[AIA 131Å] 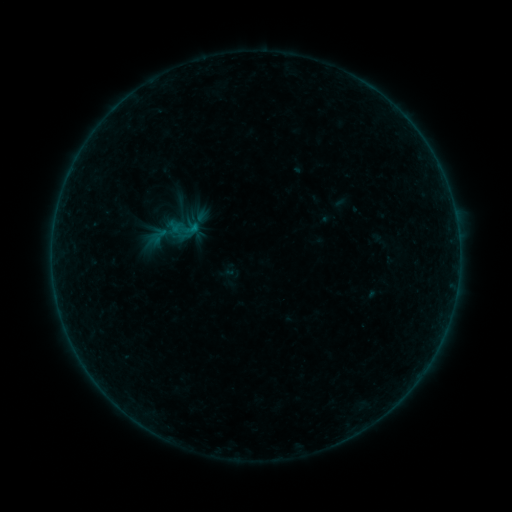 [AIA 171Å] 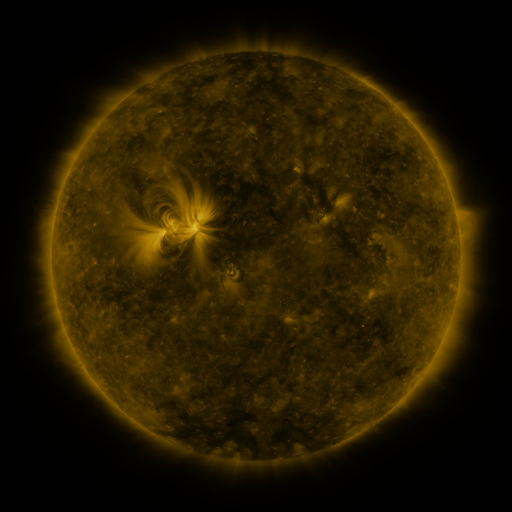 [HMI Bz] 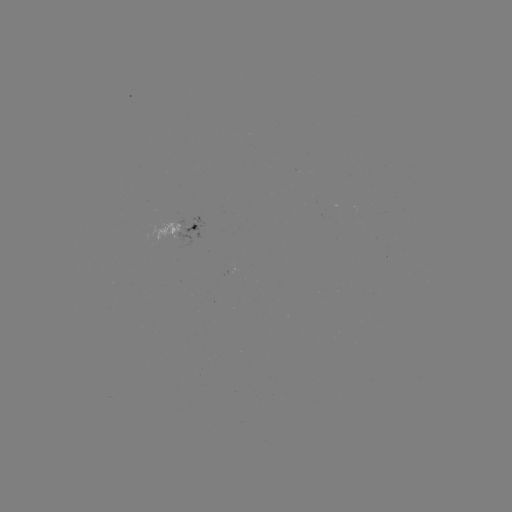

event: sigmoid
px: (184, 229)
